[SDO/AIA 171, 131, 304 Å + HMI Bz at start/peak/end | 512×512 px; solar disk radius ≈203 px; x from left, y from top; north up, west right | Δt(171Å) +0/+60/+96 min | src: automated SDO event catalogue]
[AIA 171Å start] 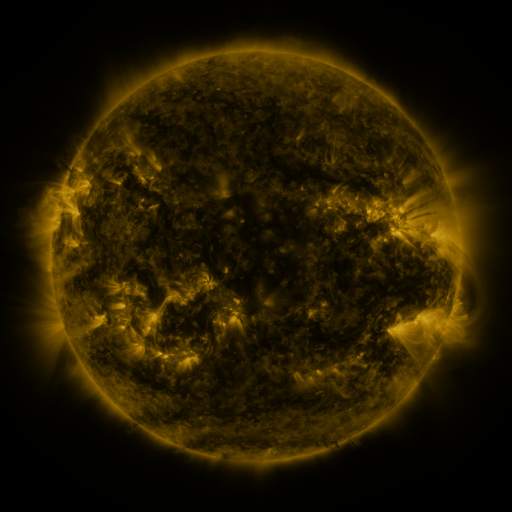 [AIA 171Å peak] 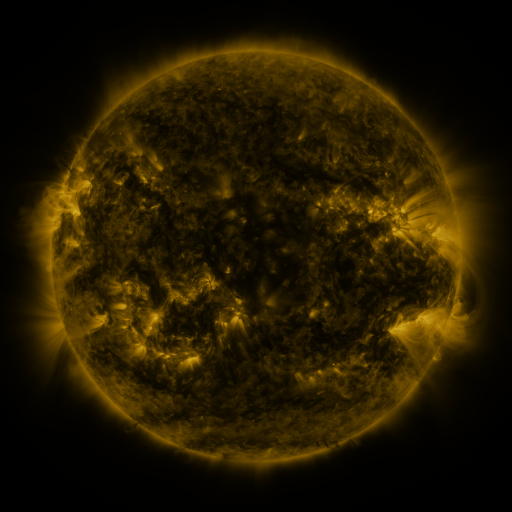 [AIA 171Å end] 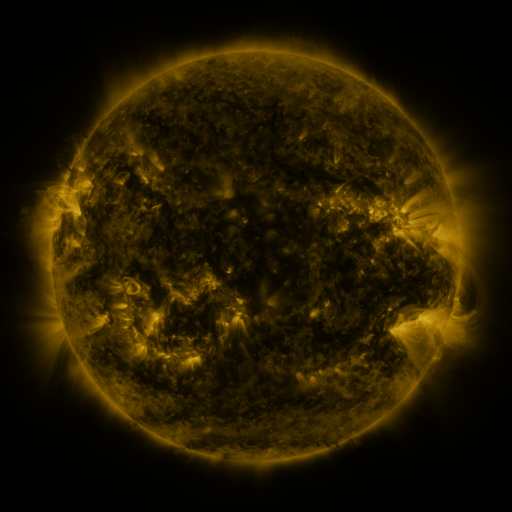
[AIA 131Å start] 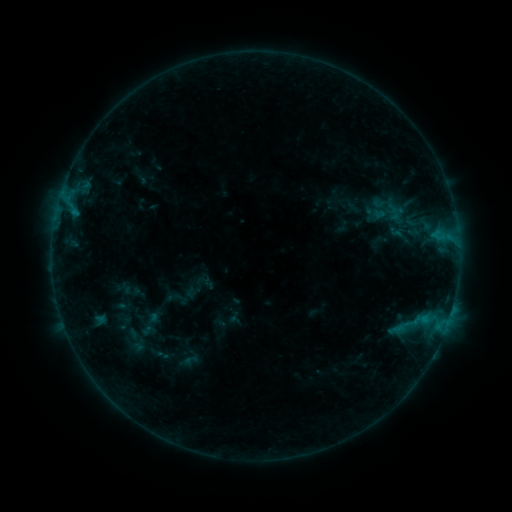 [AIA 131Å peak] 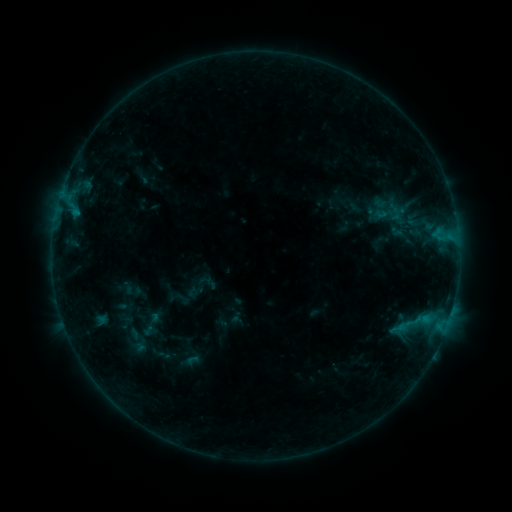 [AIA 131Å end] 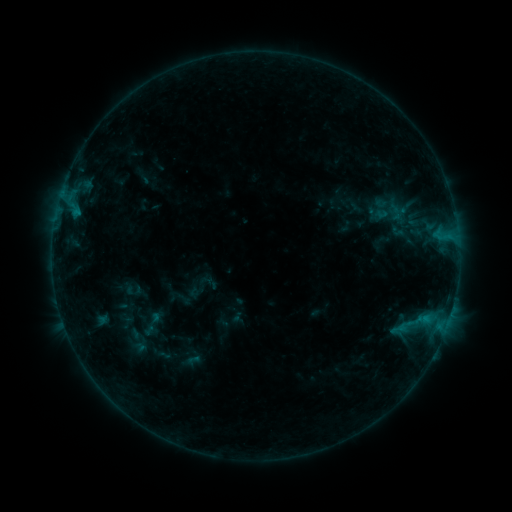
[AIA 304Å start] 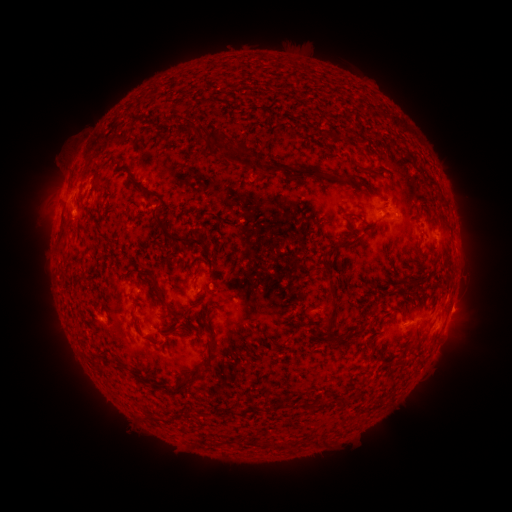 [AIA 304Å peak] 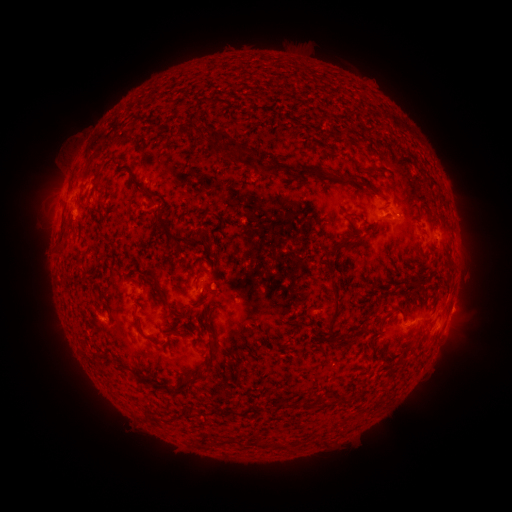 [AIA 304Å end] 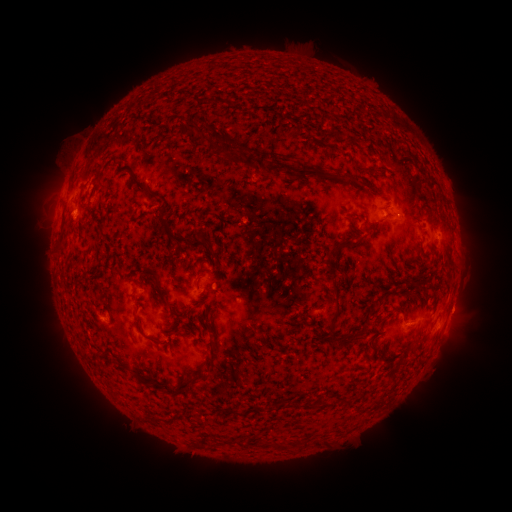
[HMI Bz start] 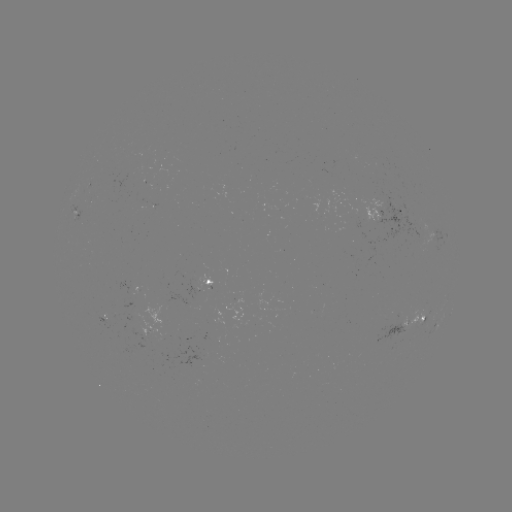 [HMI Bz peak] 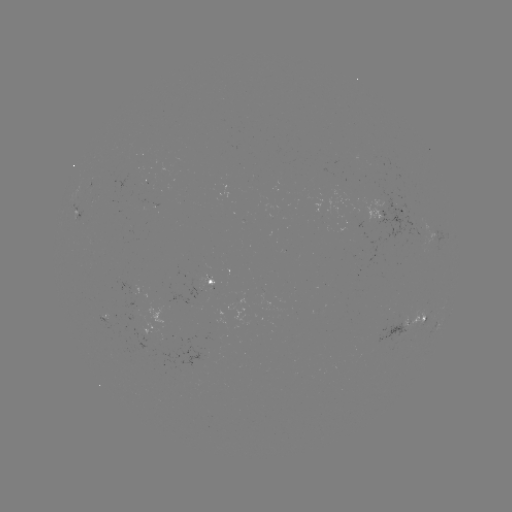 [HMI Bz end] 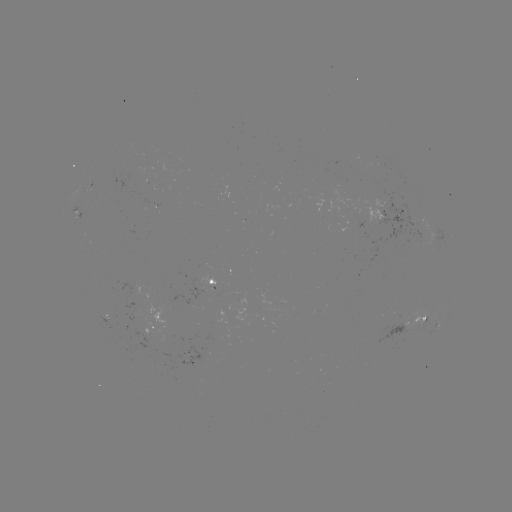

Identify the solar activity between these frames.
emerging-flux region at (103, 320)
